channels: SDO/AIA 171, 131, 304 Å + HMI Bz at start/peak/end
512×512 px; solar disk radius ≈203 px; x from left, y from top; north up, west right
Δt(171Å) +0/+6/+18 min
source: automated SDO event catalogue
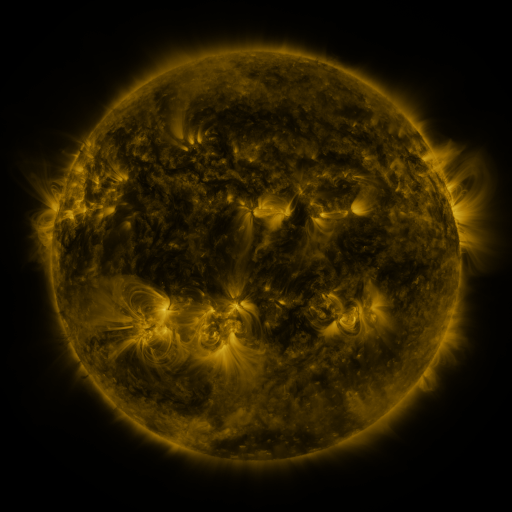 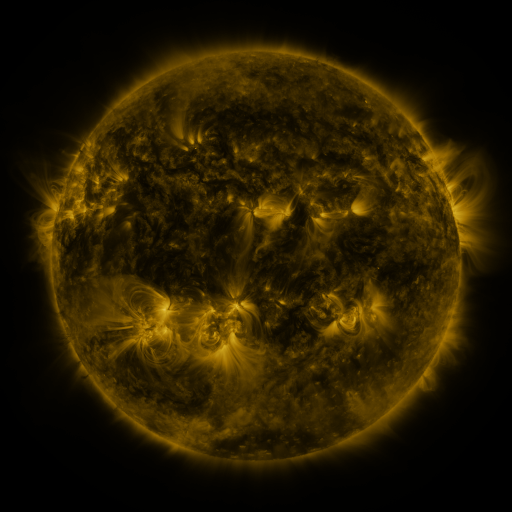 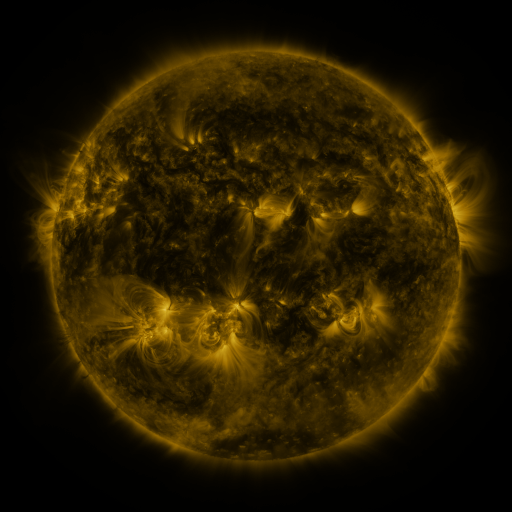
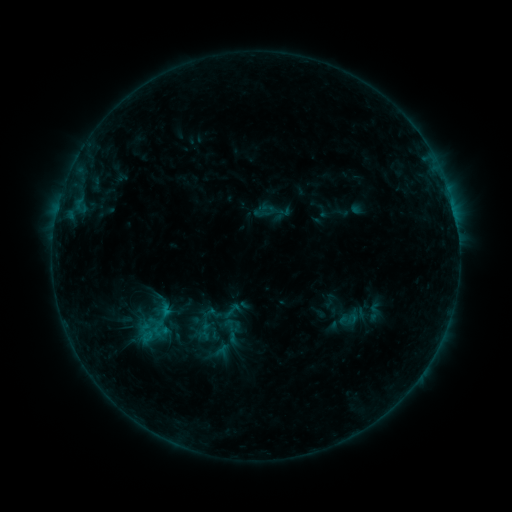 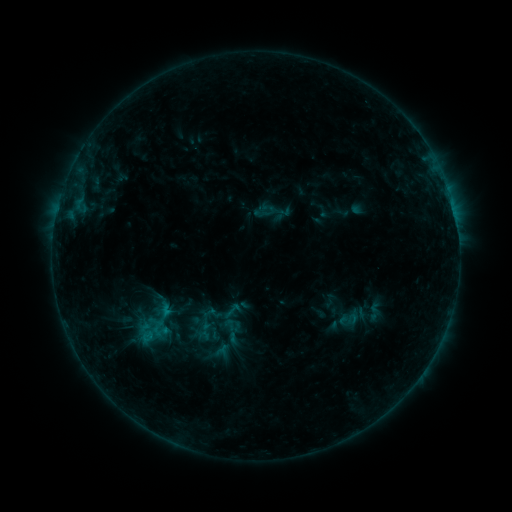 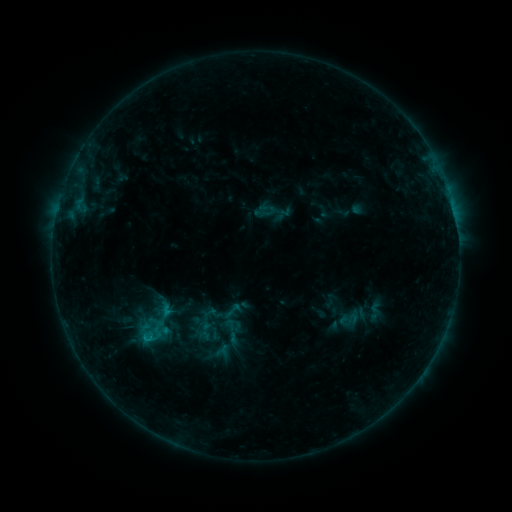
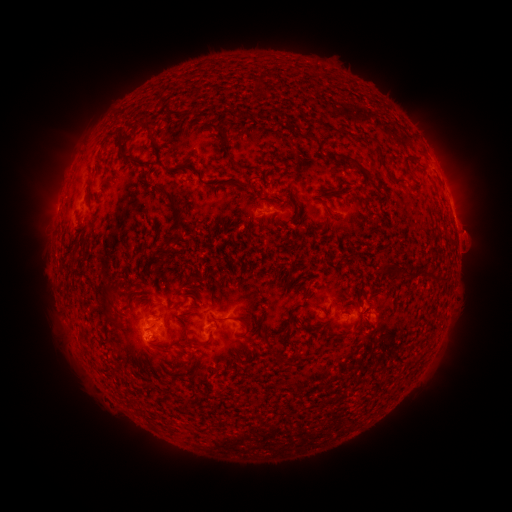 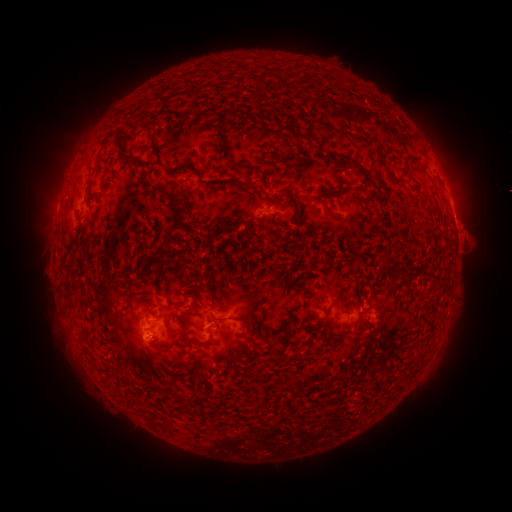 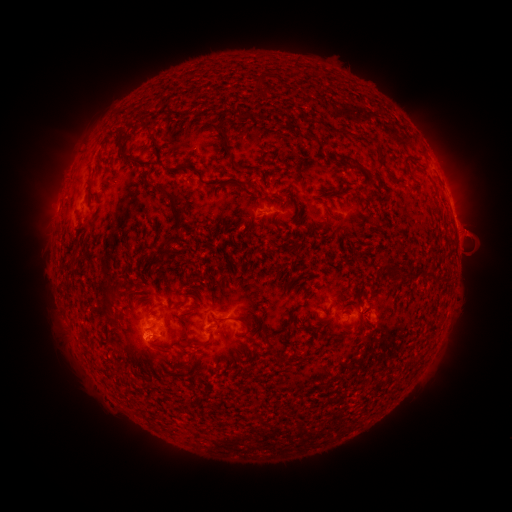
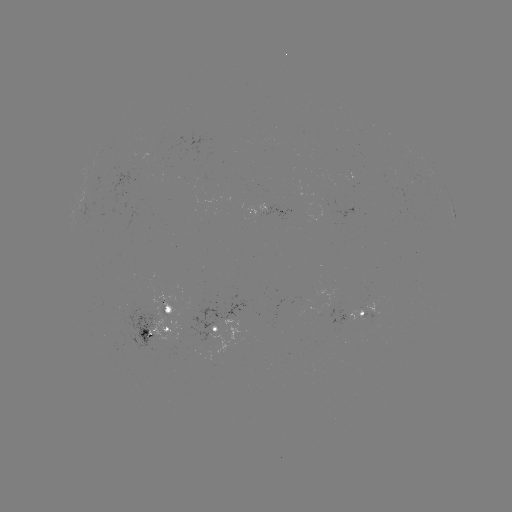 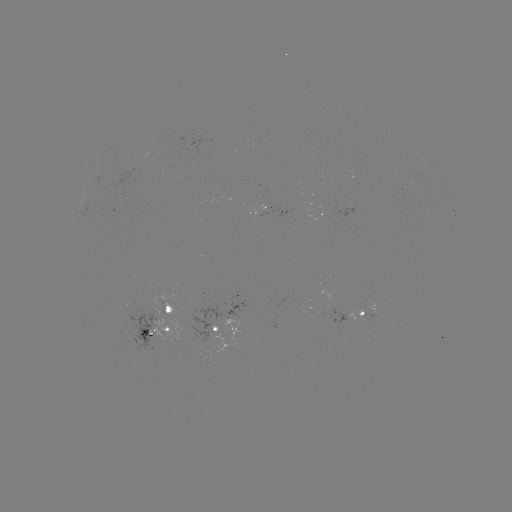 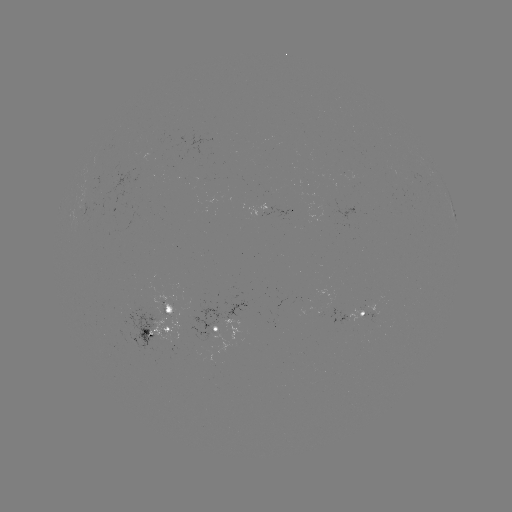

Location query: eruption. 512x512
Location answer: (476, 241).